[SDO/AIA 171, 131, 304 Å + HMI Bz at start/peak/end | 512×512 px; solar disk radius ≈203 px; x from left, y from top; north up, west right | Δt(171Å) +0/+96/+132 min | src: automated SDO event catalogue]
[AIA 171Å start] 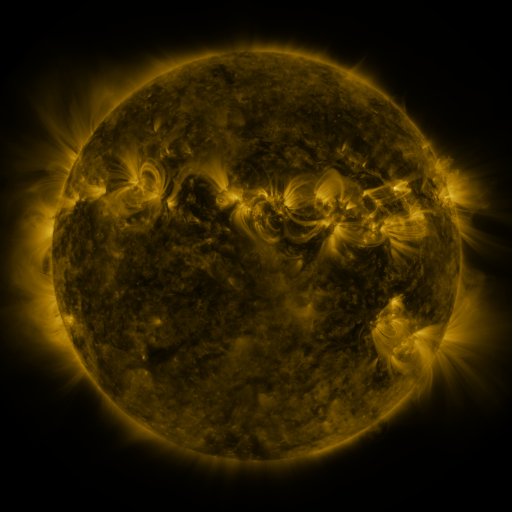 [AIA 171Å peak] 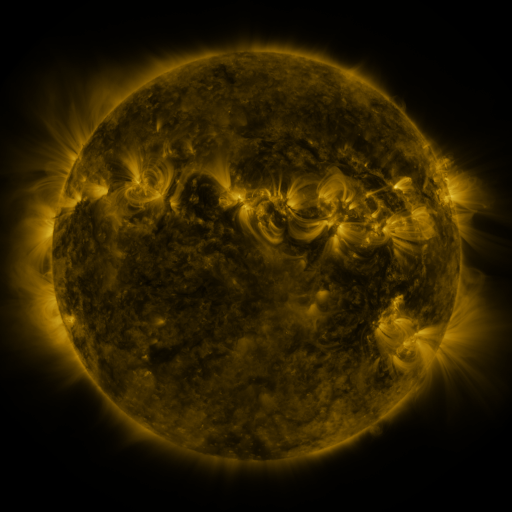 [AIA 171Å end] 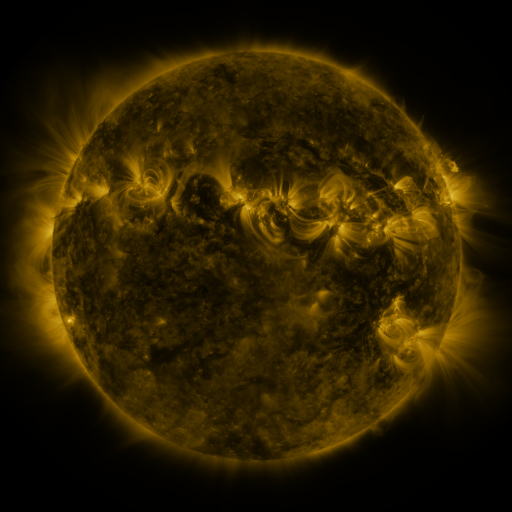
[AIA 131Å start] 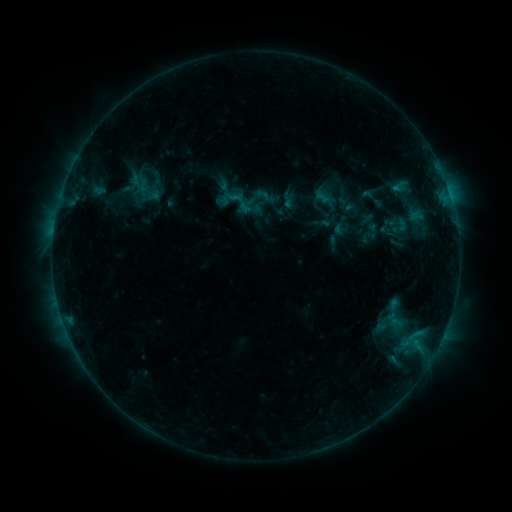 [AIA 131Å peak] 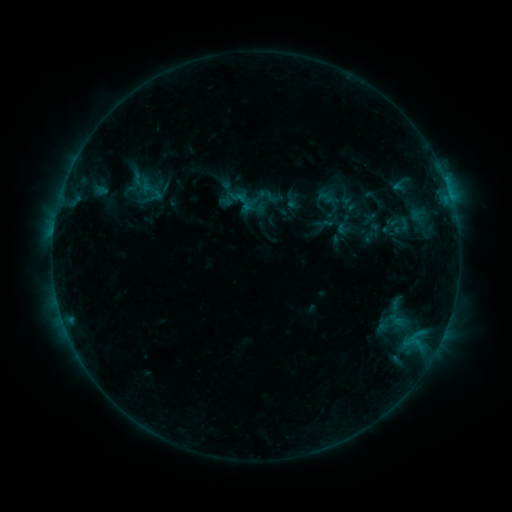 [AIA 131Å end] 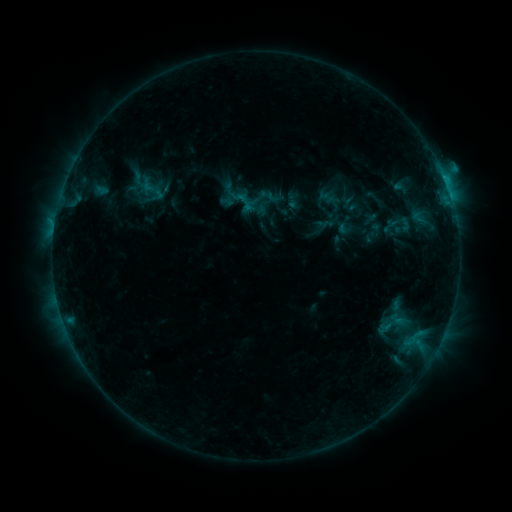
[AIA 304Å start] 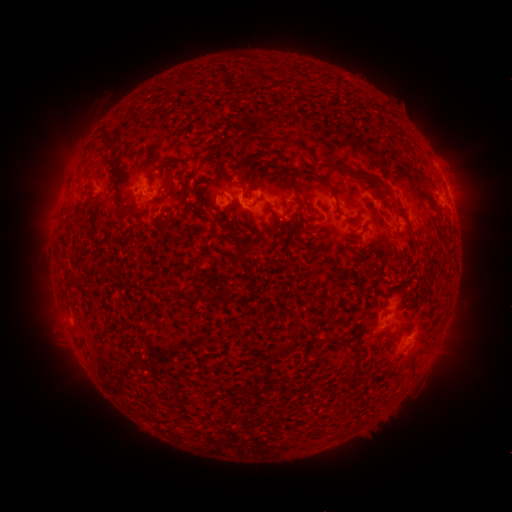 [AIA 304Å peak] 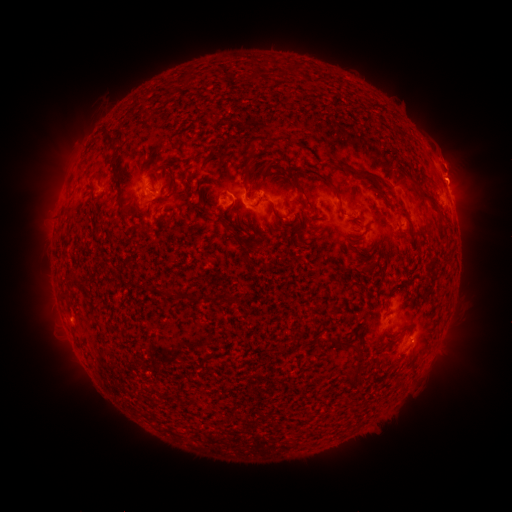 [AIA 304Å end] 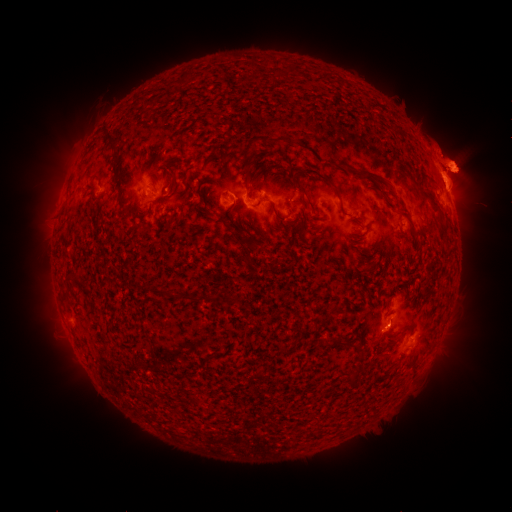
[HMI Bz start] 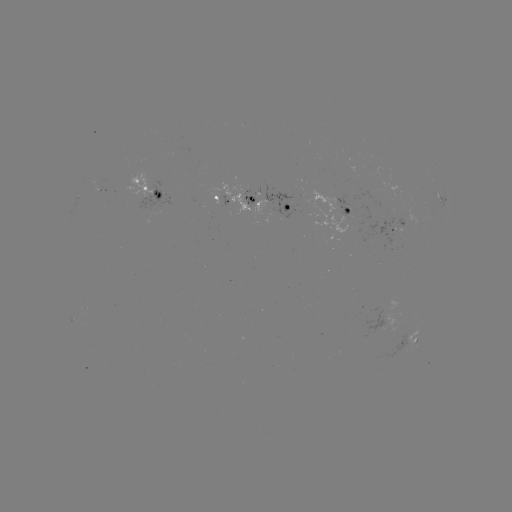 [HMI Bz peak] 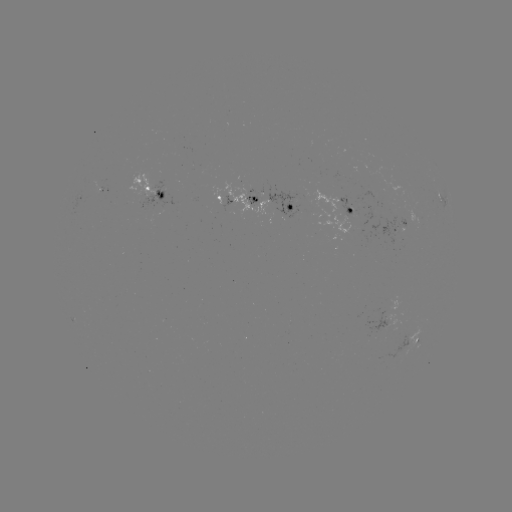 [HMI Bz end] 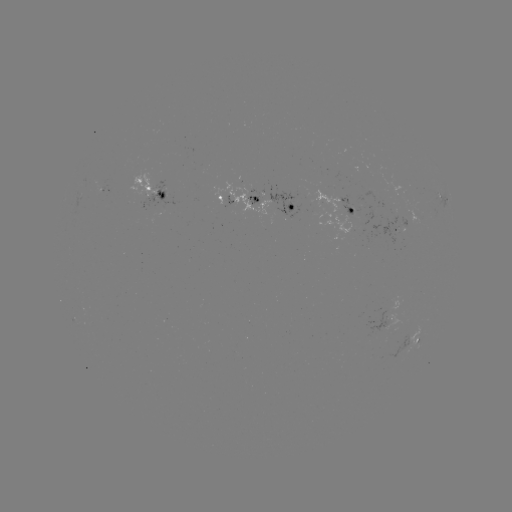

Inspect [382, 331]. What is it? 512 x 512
emerging-flux region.